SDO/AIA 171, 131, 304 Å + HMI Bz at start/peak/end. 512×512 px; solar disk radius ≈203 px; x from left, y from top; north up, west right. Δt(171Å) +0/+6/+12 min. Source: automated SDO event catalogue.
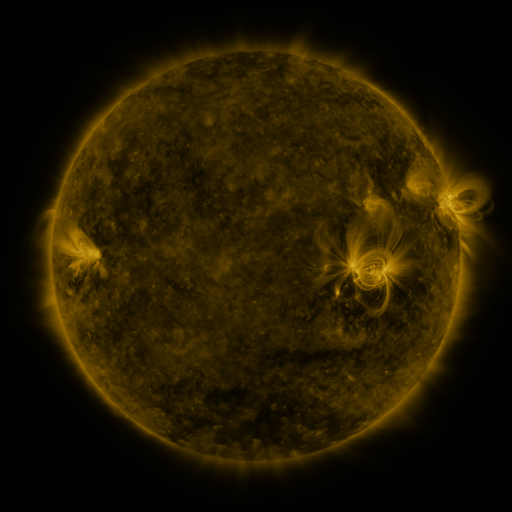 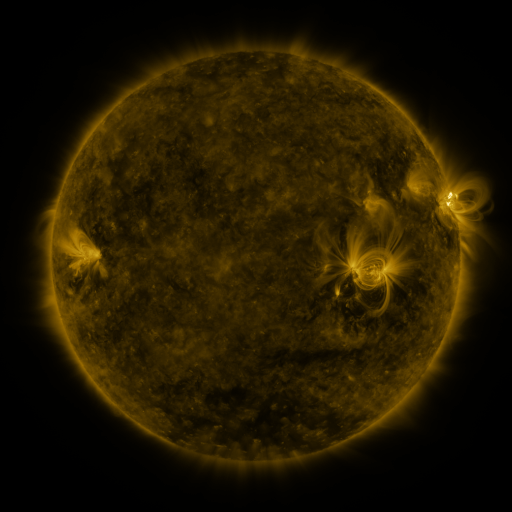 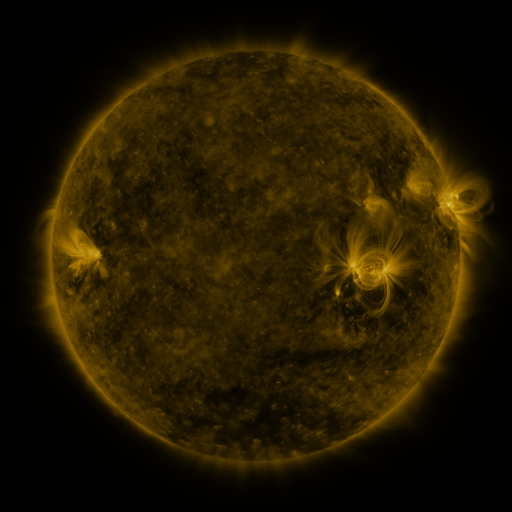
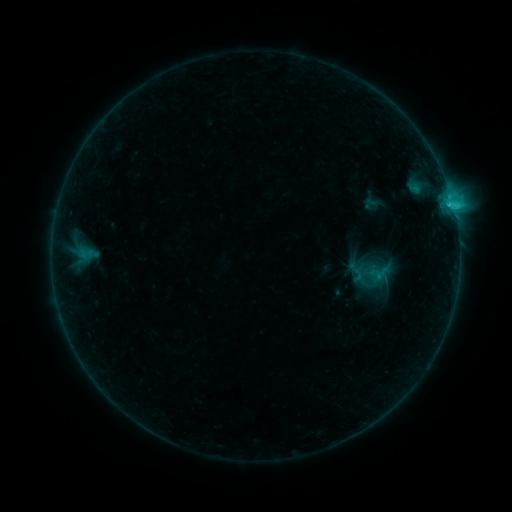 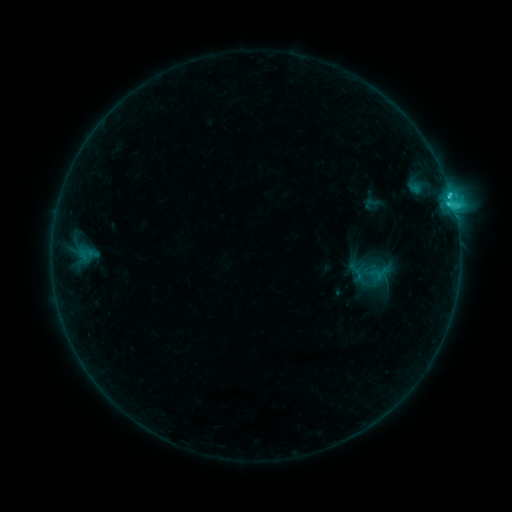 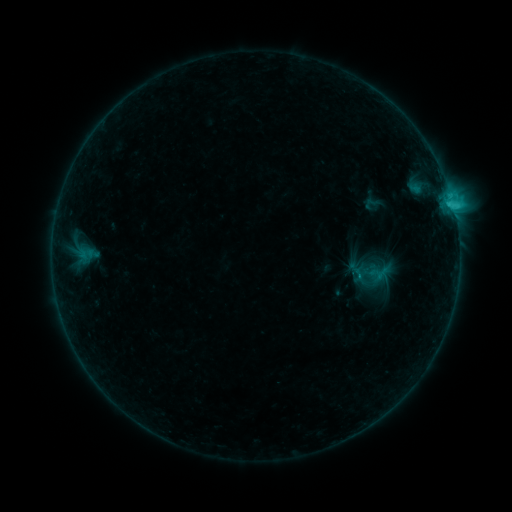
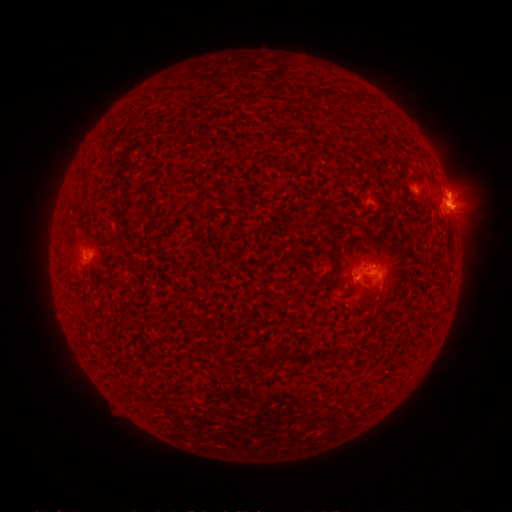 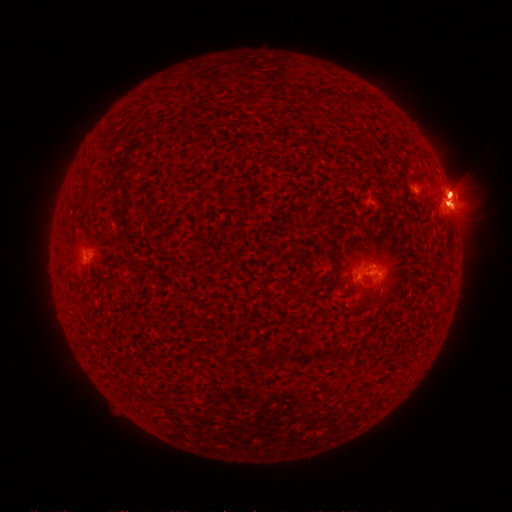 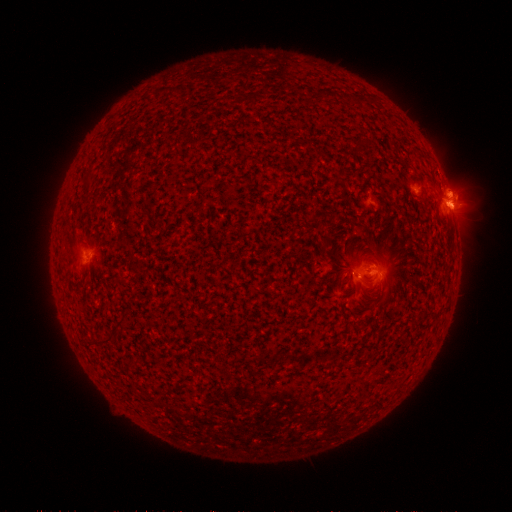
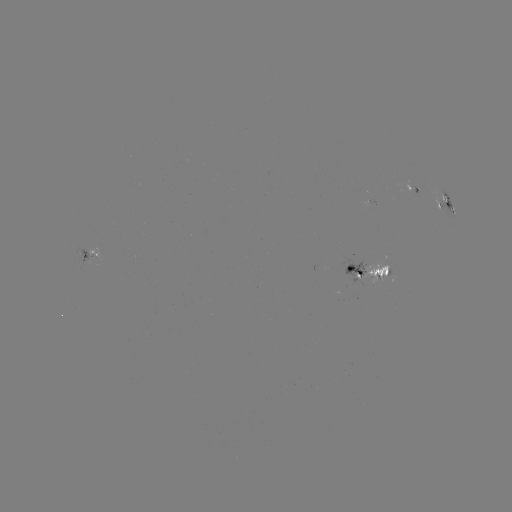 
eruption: [428, 161, 484, 214]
